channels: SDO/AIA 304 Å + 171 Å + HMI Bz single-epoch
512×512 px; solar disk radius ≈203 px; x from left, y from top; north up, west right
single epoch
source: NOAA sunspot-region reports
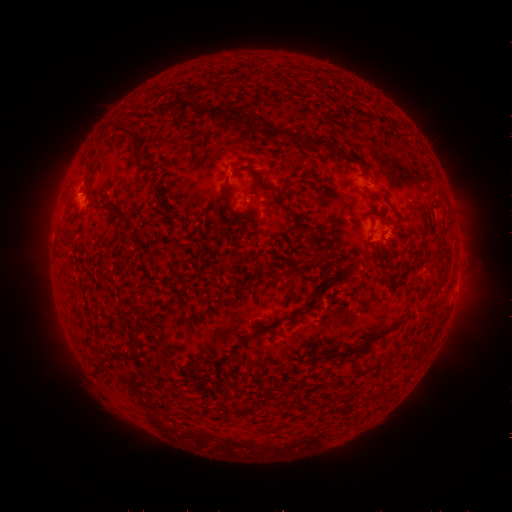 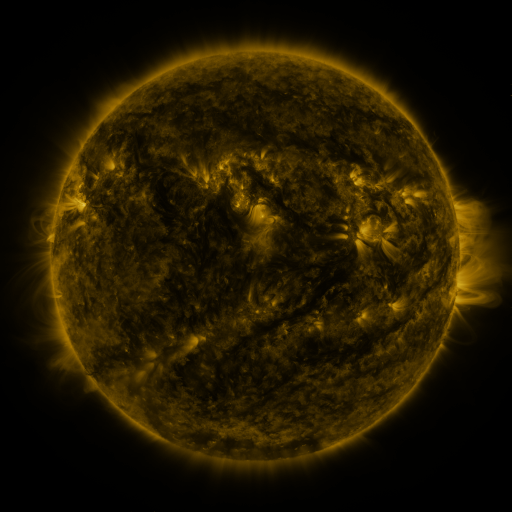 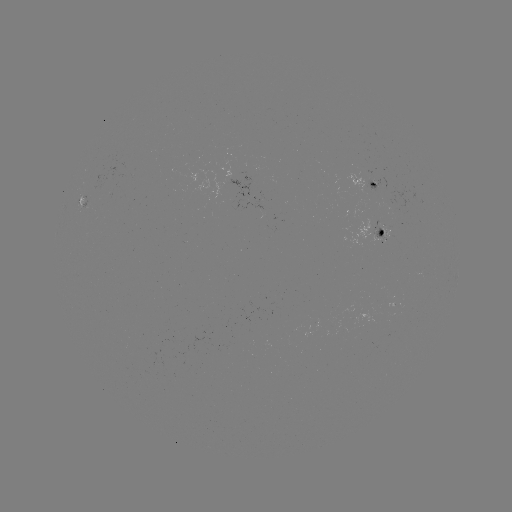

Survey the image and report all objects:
spotted active region: (367, 180)
spotted active region: (84, 202)
spotted active region: (384, 232)
